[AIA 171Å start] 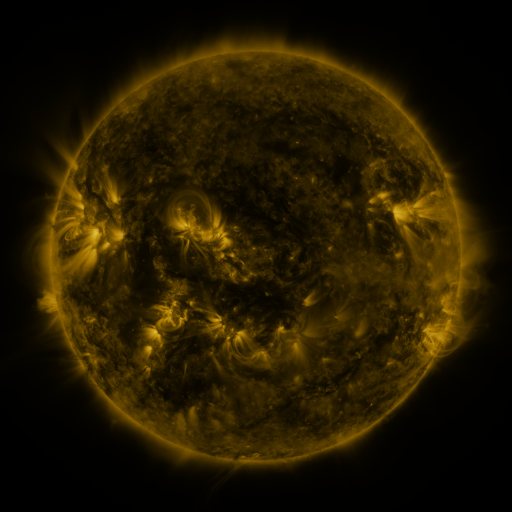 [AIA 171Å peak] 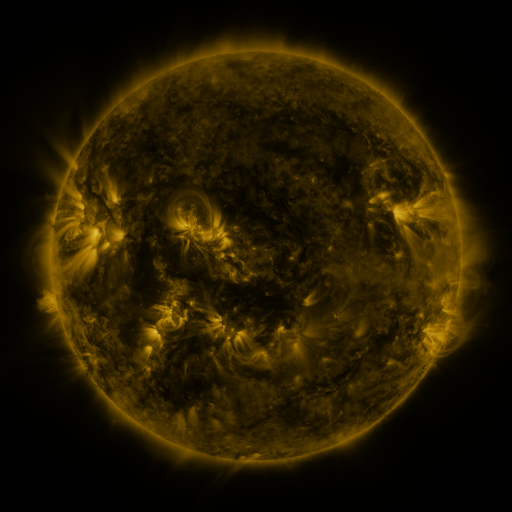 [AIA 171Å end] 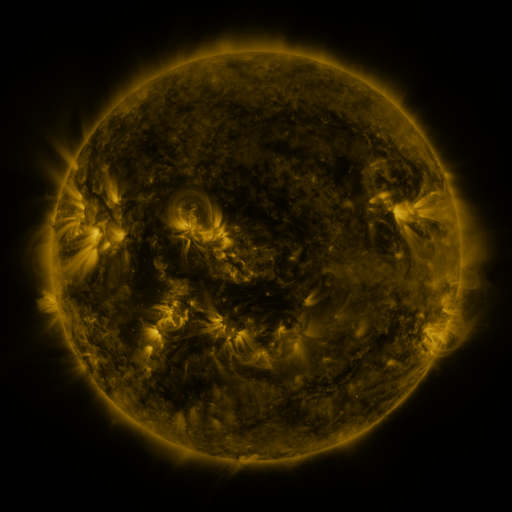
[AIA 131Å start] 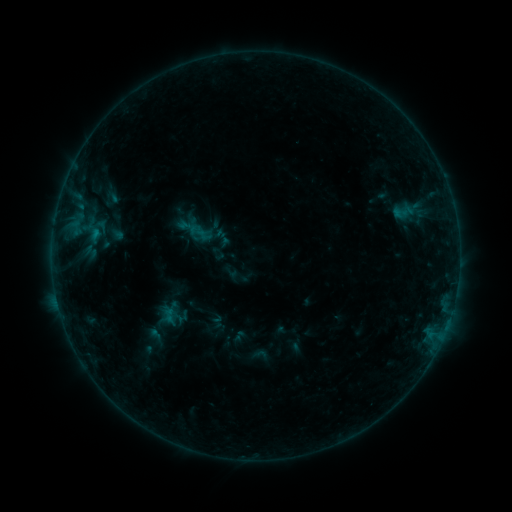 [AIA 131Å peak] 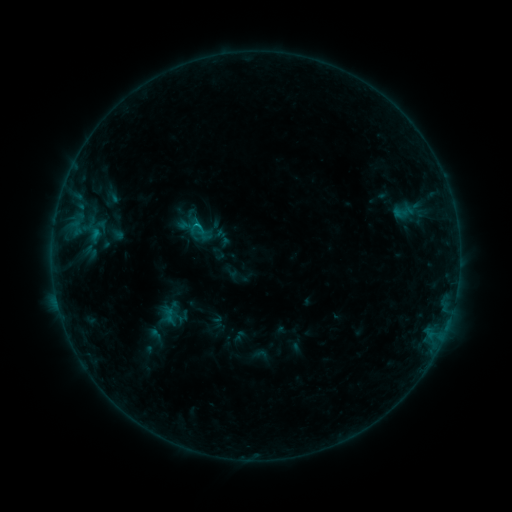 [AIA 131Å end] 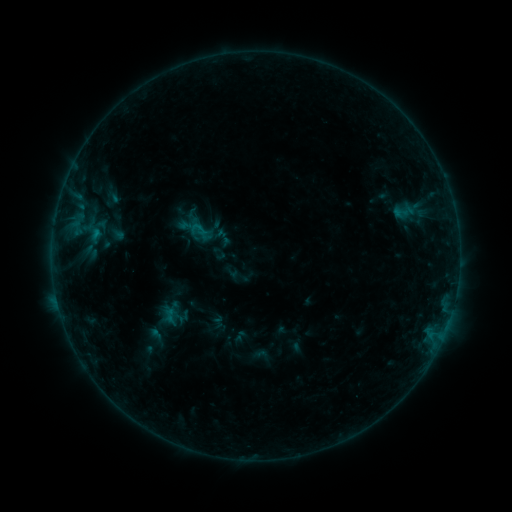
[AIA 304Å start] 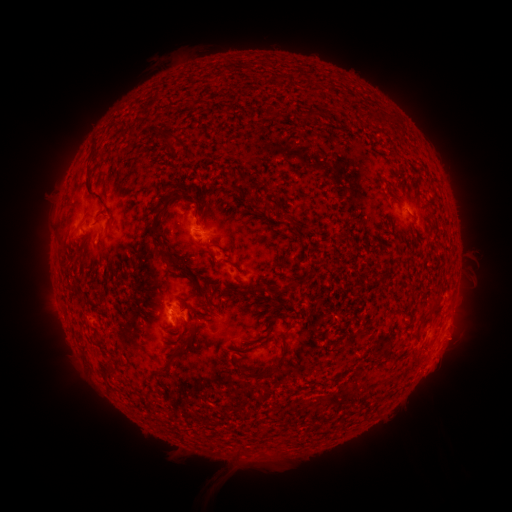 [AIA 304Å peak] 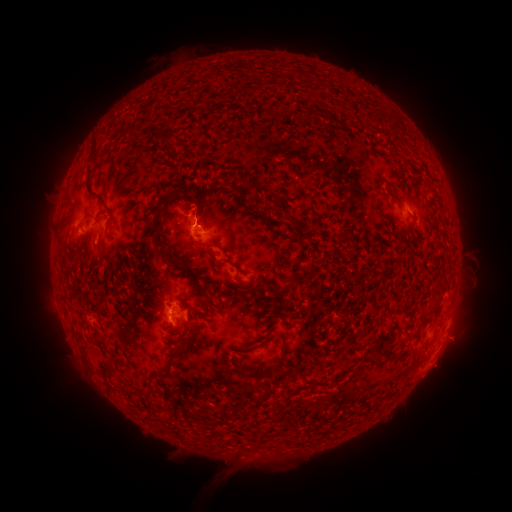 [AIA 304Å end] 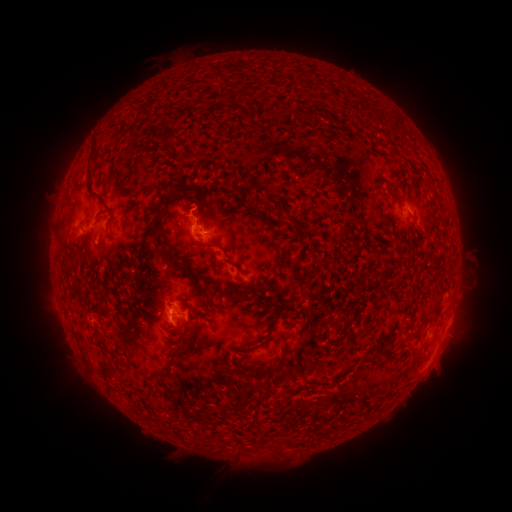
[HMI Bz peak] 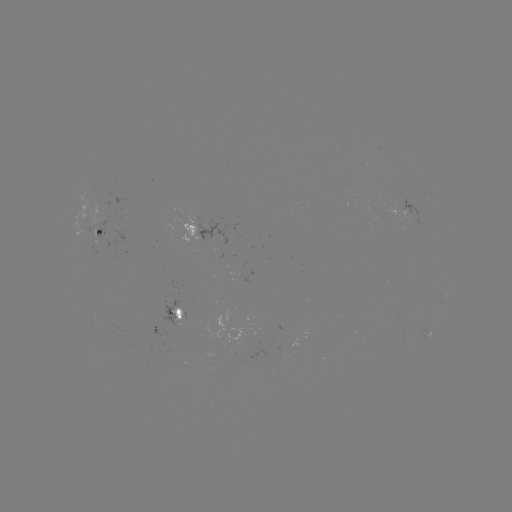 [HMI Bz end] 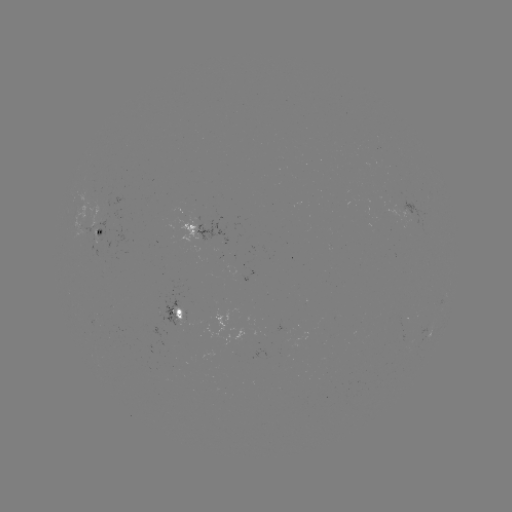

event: flare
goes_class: B5.3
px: (195, 226)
